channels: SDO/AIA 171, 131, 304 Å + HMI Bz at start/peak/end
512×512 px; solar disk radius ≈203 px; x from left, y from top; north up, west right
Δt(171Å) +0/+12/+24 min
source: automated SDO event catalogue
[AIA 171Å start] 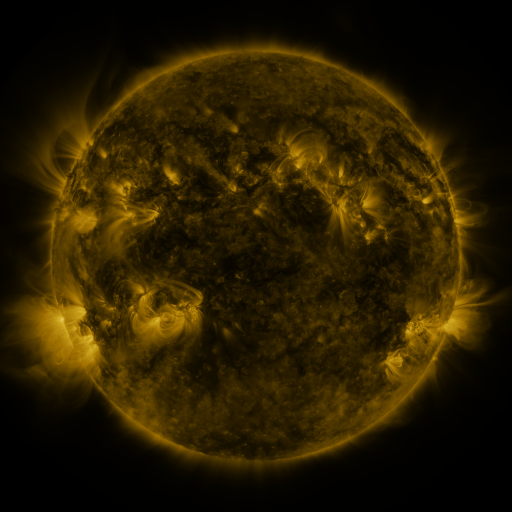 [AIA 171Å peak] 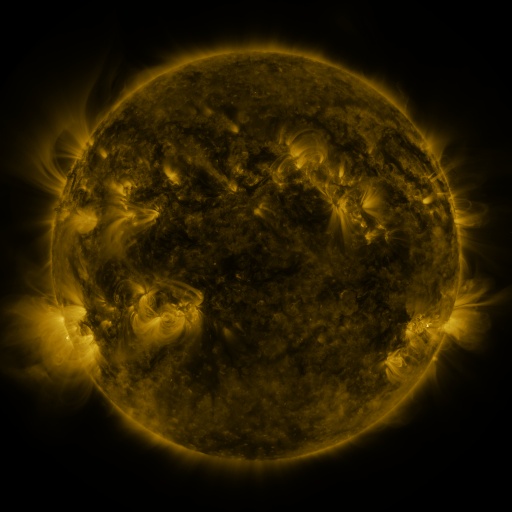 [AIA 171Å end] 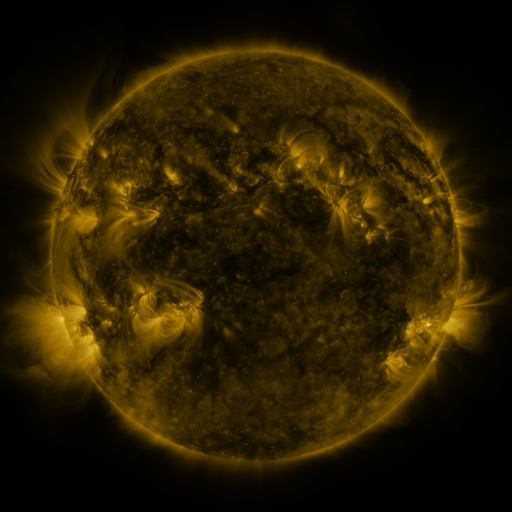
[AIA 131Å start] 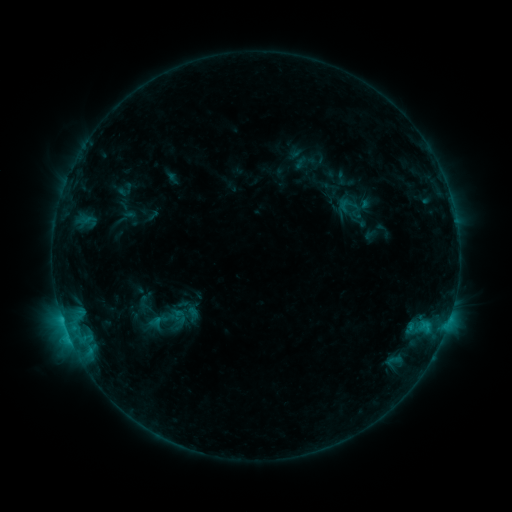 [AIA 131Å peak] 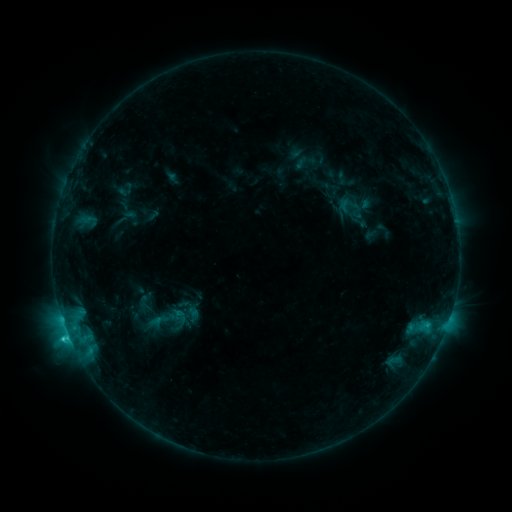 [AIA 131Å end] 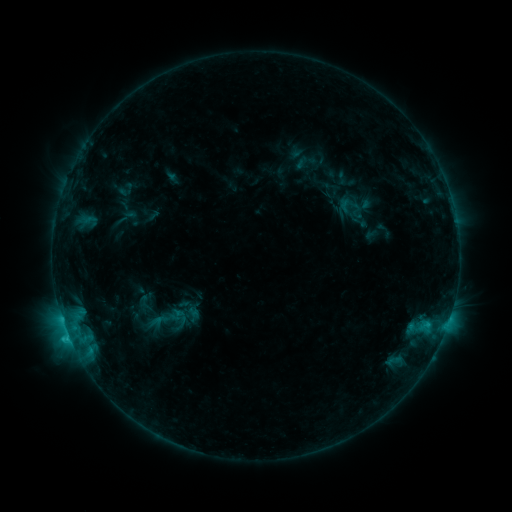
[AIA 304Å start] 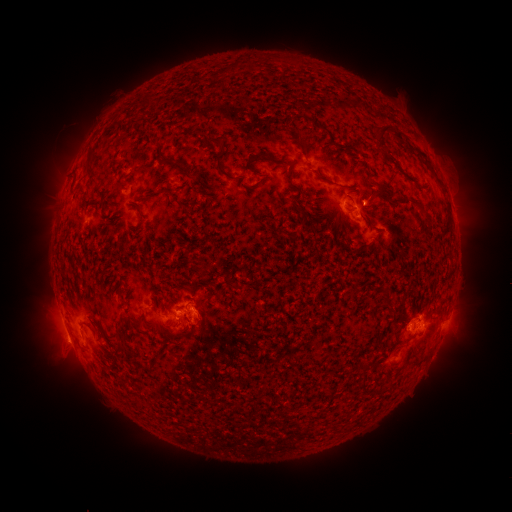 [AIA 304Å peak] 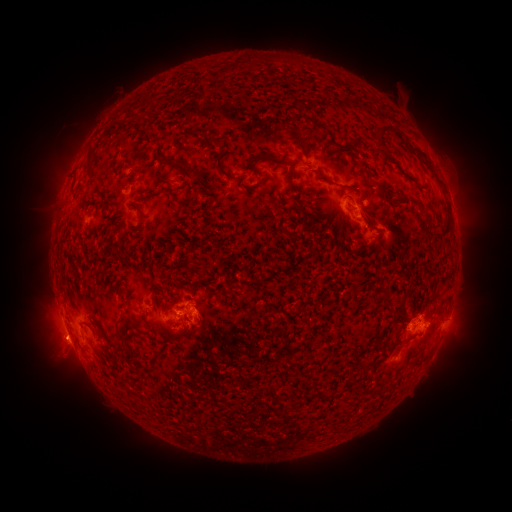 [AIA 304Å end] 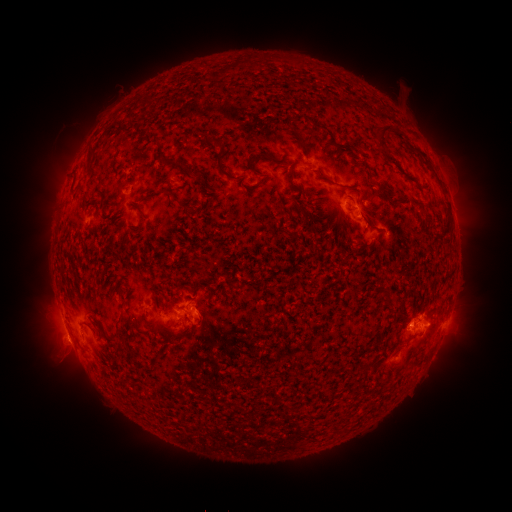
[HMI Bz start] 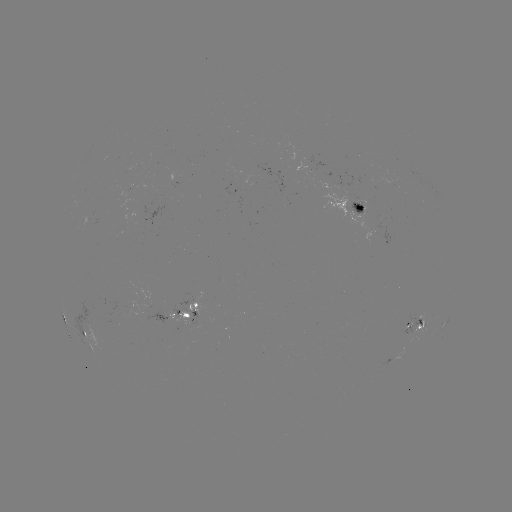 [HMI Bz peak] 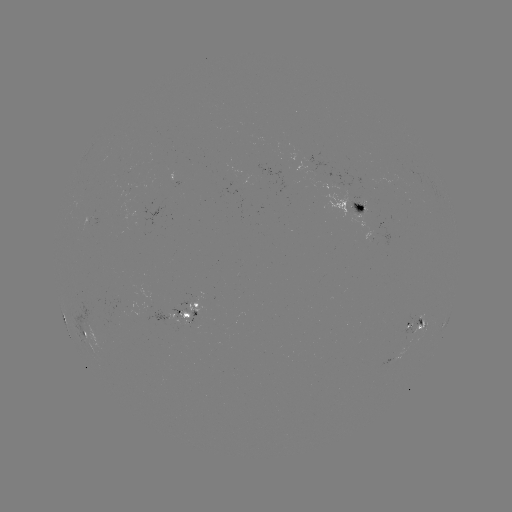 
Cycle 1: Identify C2.1 flare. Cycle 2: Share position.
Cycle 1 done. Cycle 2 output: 68,335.